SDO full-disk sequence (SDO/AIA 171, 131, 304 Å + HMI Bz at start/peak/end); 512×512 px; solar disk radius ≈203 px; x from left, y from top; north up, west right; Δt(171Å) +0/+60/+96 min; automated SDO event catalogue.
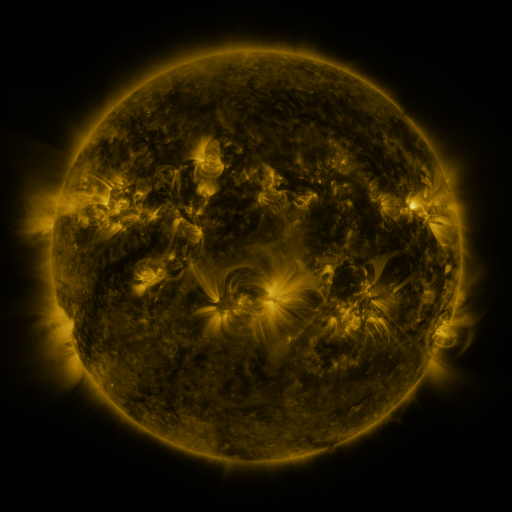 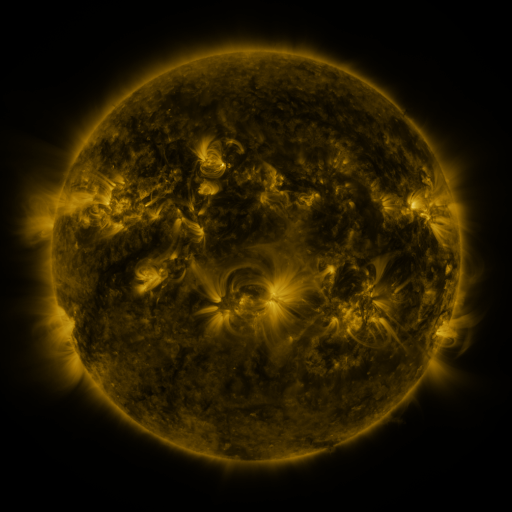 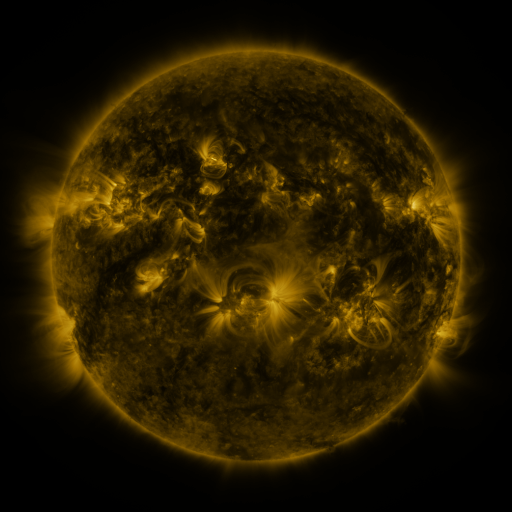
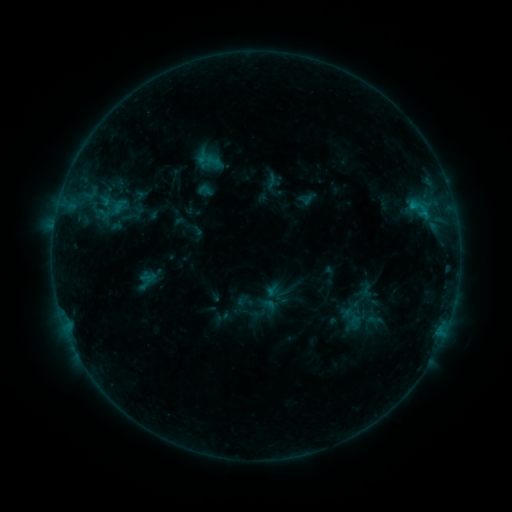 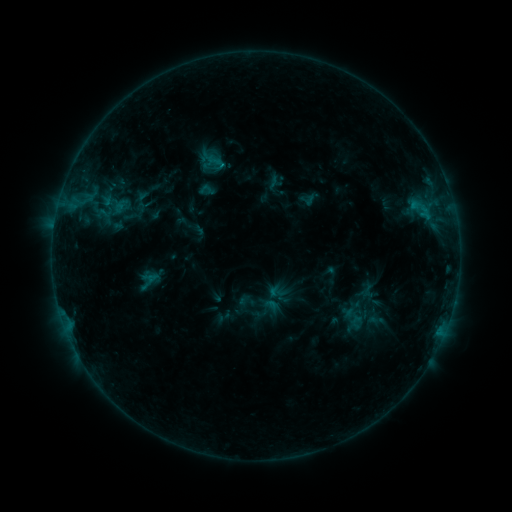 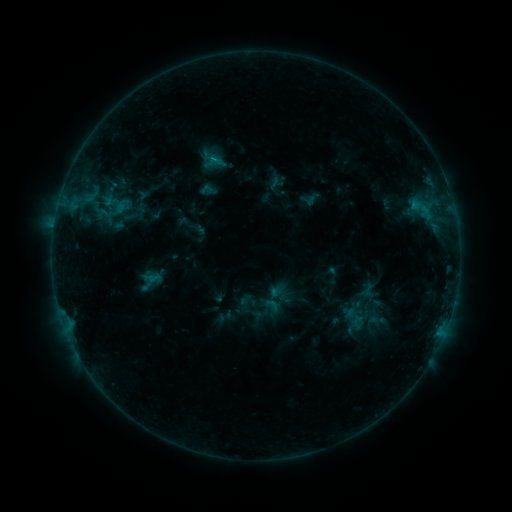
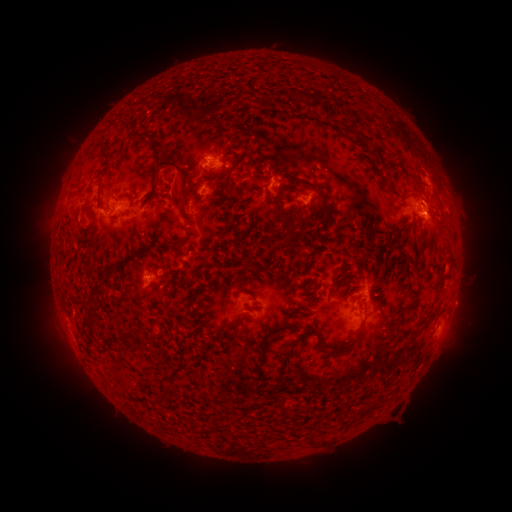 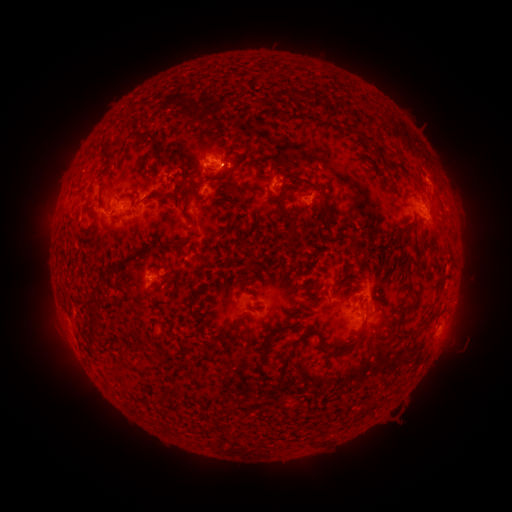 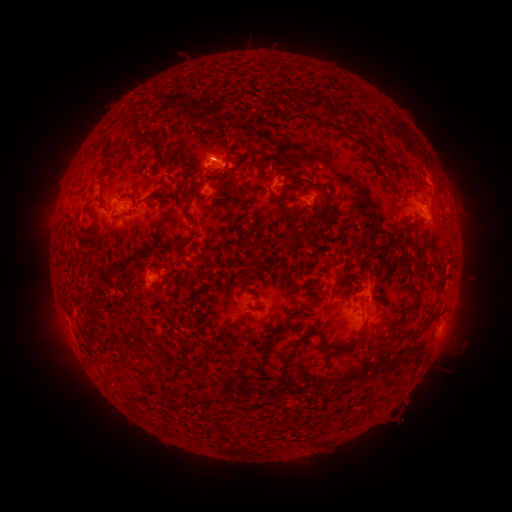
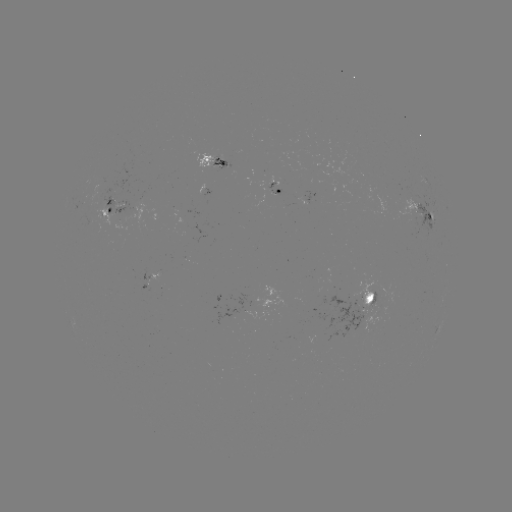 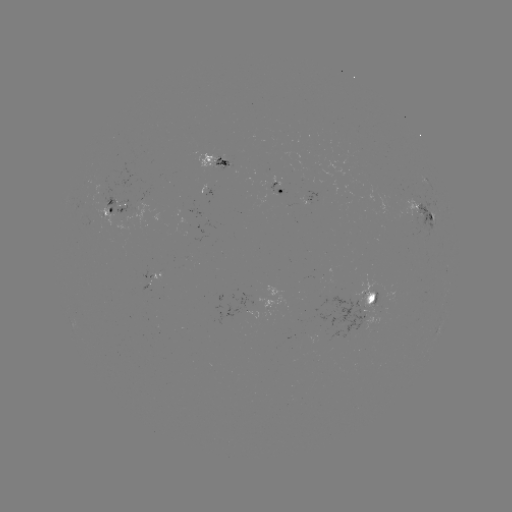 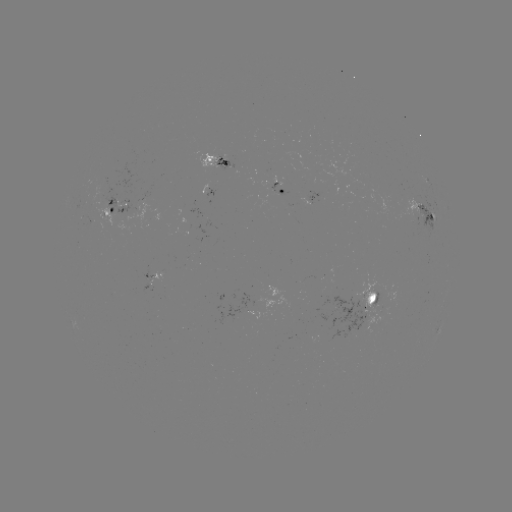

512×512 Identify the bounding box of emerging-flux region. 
[94, 165, 140, 213].